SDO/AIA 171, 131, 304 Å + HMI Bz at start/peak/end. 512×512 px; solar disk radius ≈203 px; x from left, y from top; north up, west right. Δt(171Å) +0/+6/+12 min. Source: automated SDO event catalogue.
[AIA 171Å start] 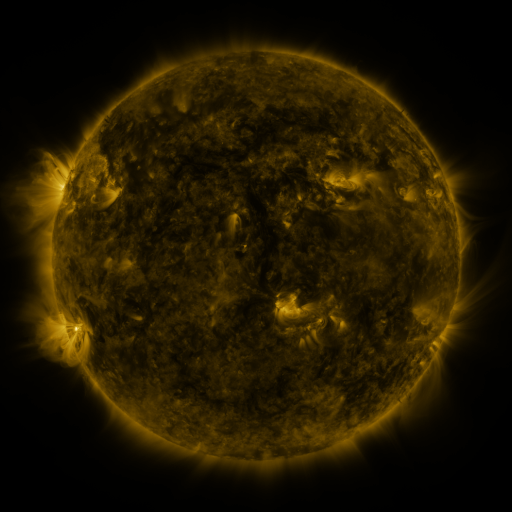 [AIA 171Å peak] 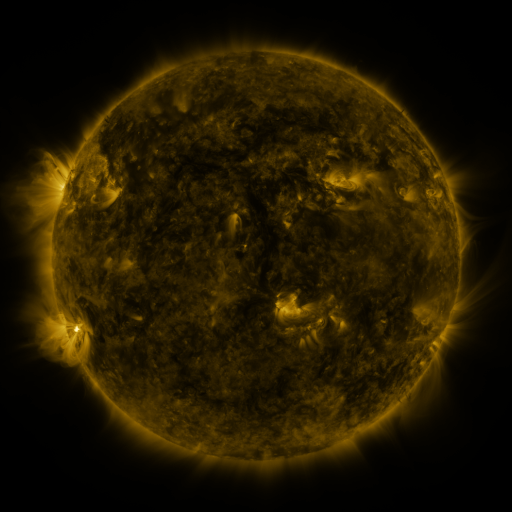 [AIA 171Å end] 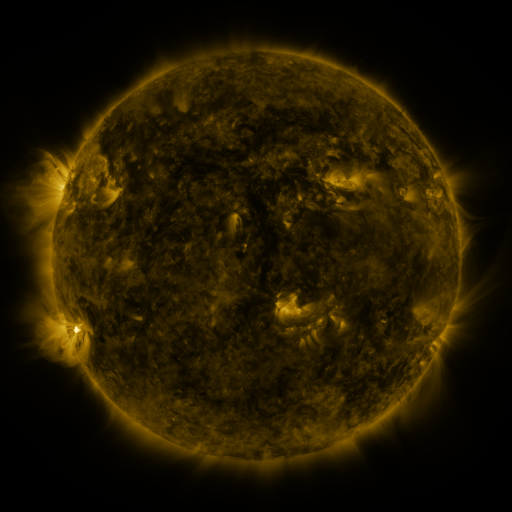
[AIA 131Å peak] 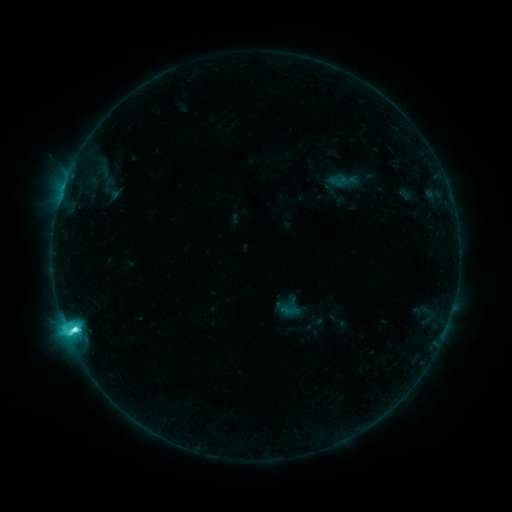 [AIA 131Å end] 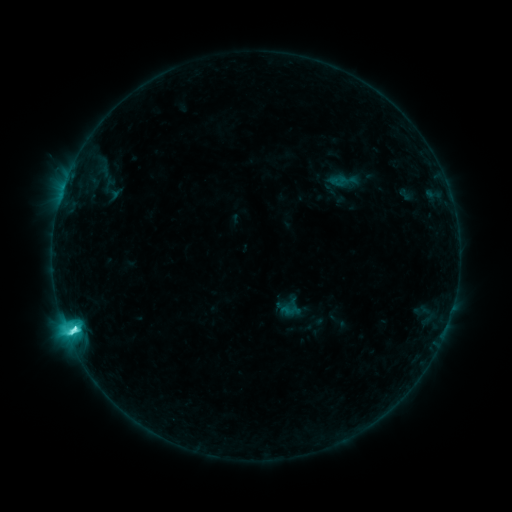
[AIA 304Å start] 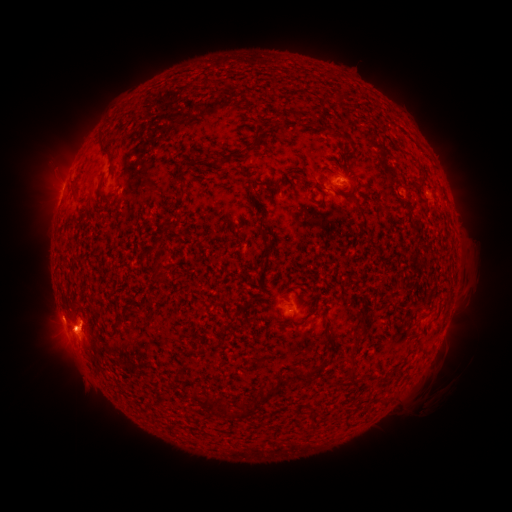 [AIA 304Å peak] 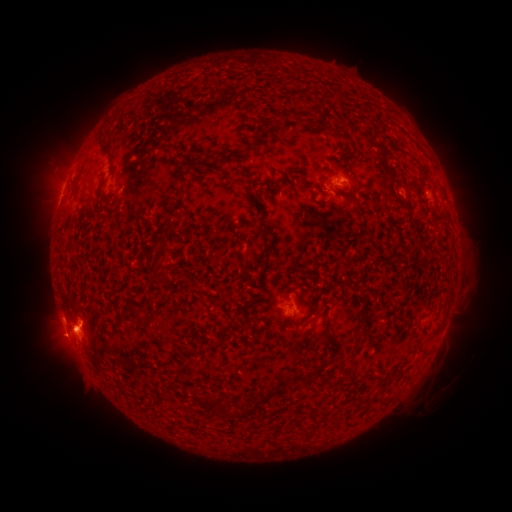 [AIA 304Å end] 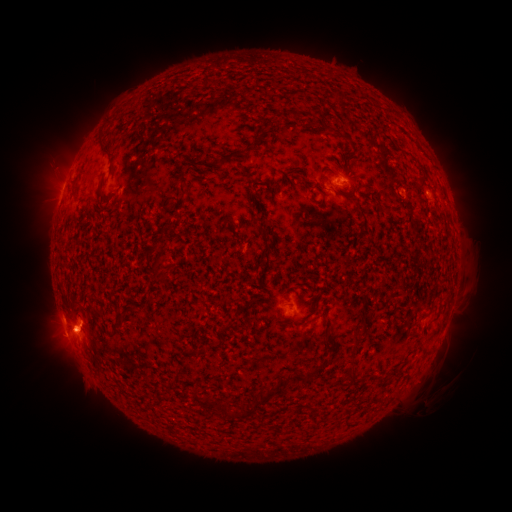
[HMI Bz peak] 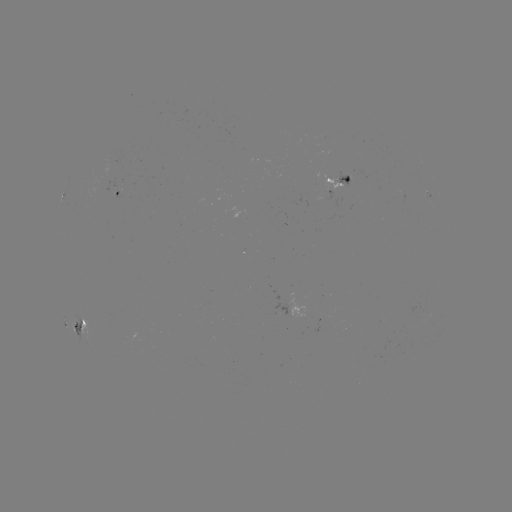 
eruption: [26, 316, 82, 370]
